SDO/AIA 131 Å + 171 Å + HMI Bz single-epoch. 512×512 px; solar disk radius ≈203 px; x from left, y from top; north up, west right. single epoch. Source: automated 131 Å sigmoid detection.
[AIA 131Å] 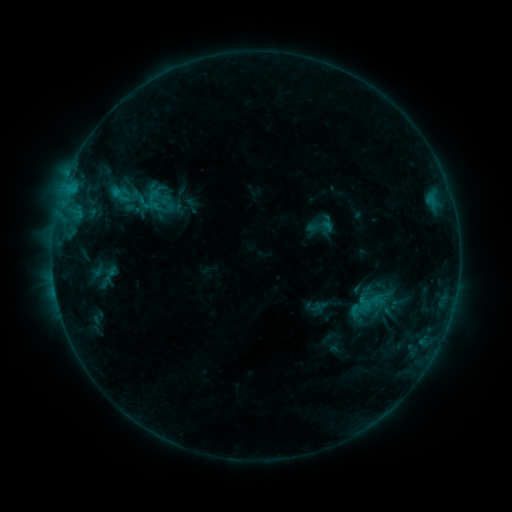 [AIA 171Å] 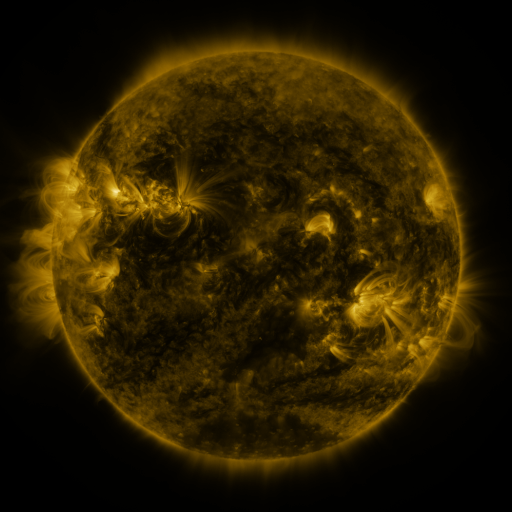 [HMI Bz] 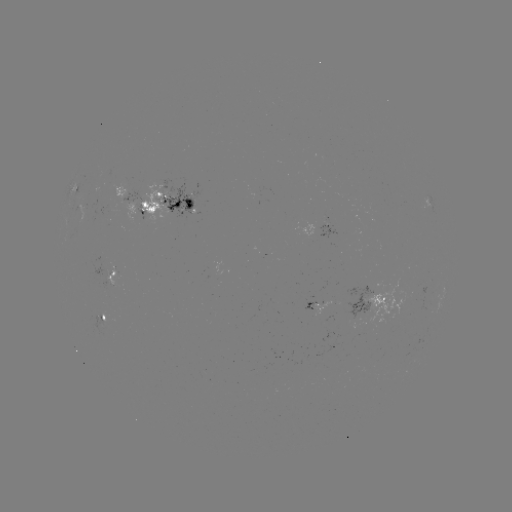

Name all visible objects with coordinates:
sigmoid: [111, 186, 132, 206]
sigmoid: [151, 198, 172, 219]
